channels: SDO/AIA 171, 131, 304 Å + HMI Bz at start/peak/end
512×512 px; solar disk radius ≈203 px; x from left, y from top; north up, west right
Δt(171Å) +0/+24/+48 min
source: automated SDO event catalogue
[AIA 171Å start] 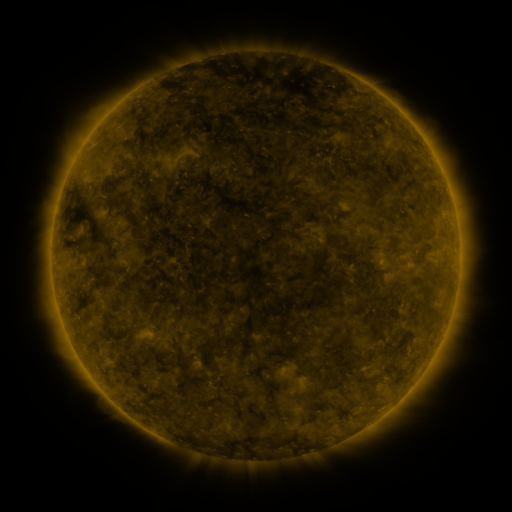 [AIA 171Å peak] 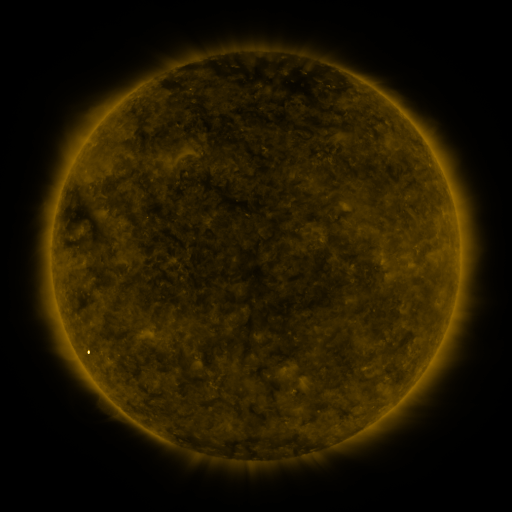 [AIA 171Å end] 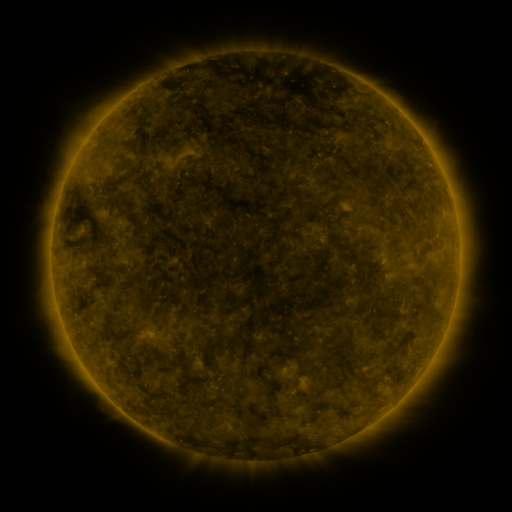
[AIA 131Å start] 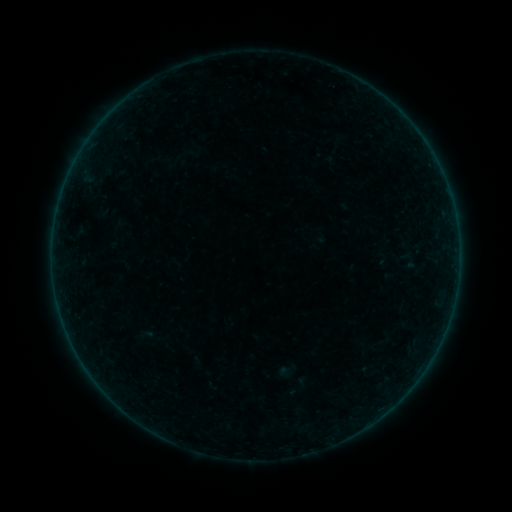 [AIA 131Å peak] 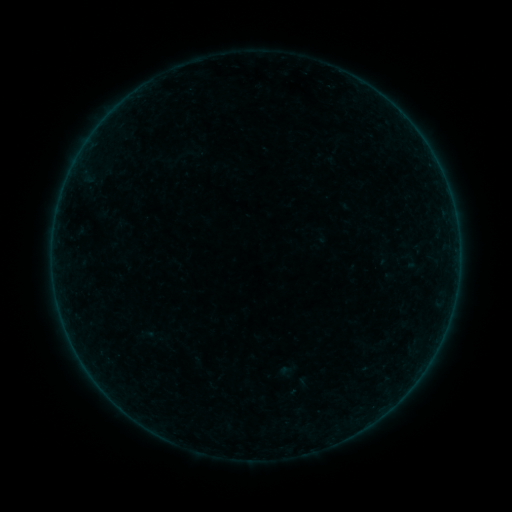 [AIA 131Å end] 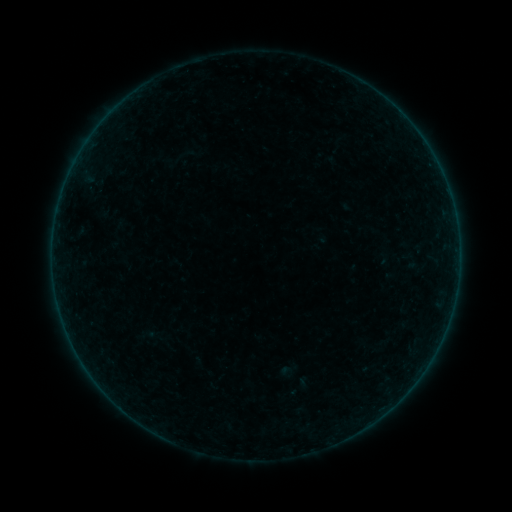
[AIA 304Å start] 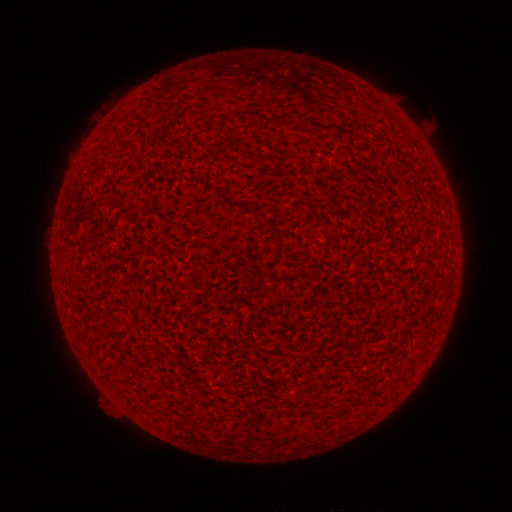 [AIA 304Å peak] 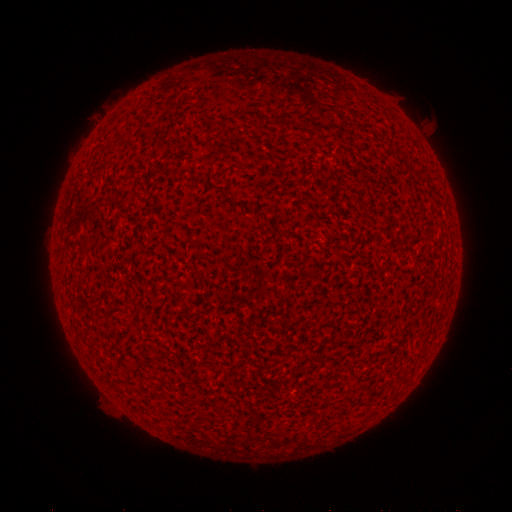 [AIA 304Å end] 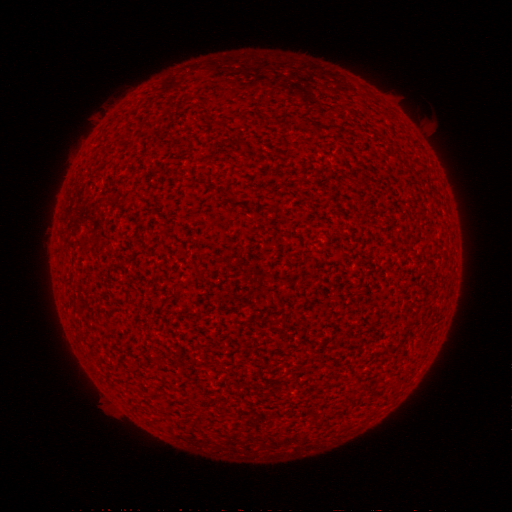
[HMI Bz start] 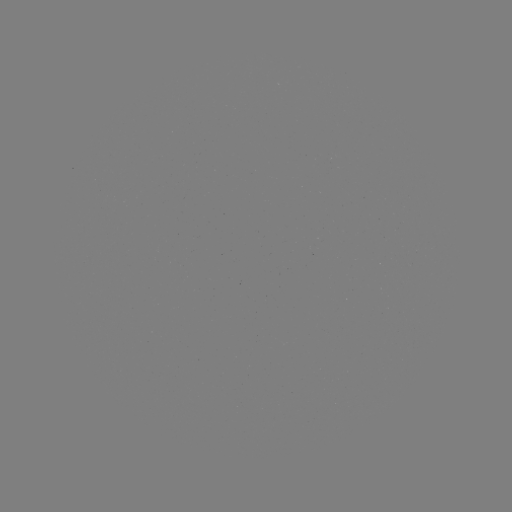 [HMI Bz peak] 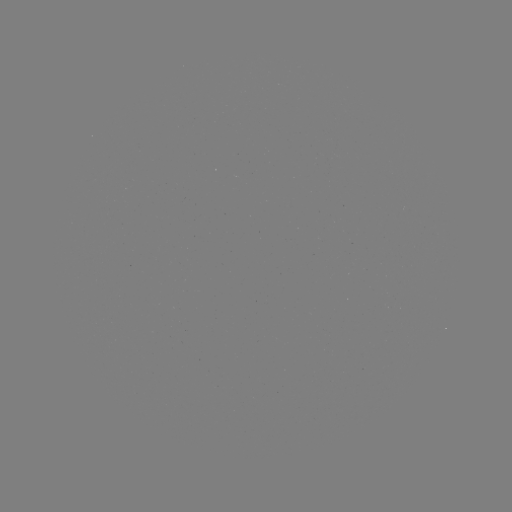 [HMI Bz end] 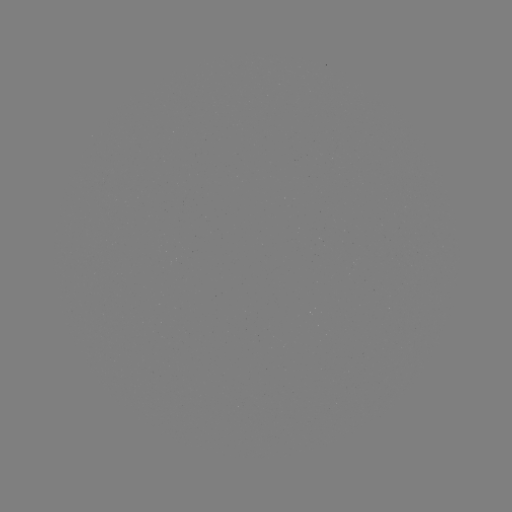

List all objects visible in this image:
A7.5 flare: (84, 364)
